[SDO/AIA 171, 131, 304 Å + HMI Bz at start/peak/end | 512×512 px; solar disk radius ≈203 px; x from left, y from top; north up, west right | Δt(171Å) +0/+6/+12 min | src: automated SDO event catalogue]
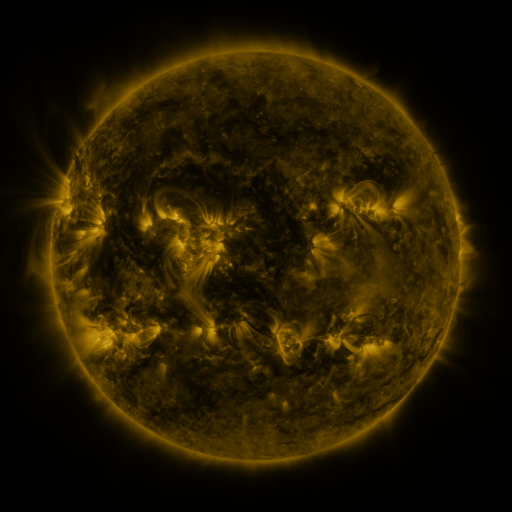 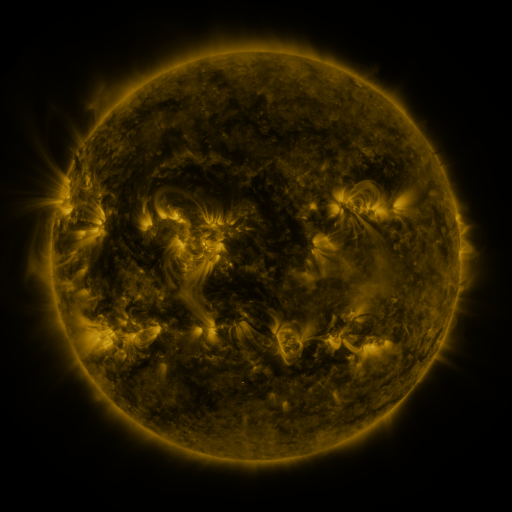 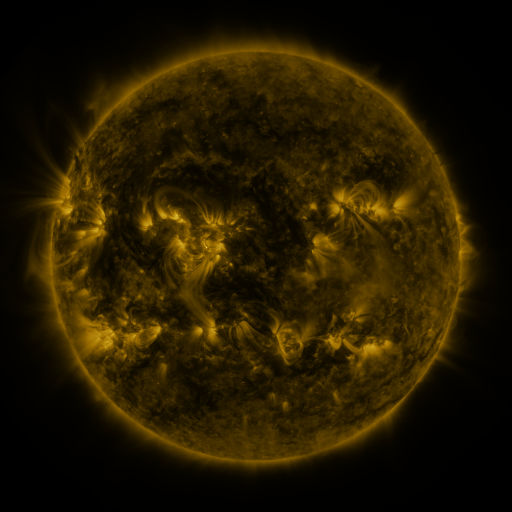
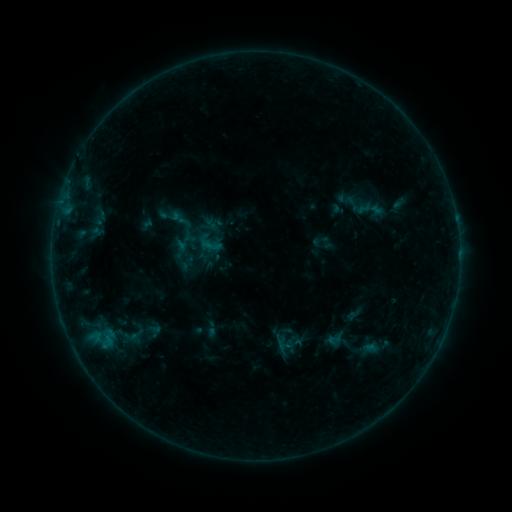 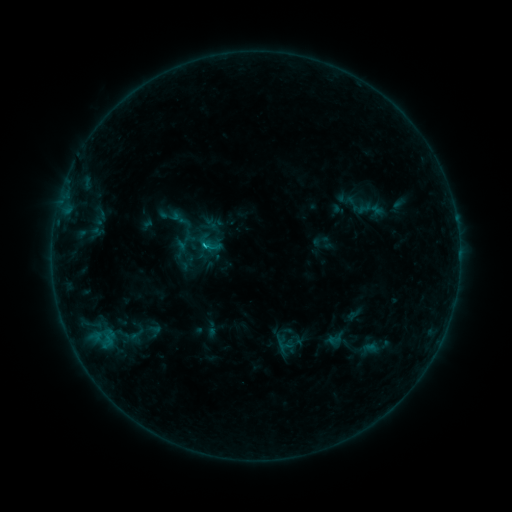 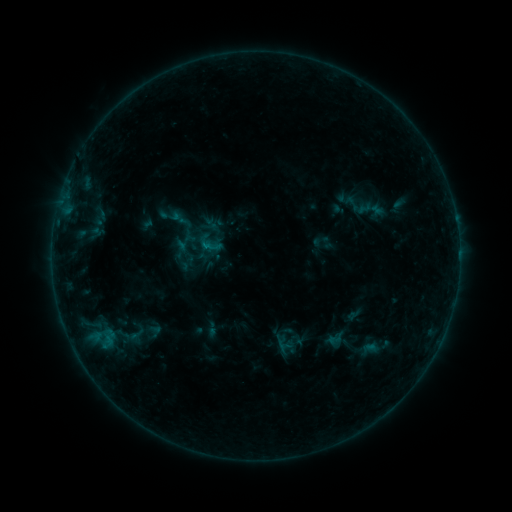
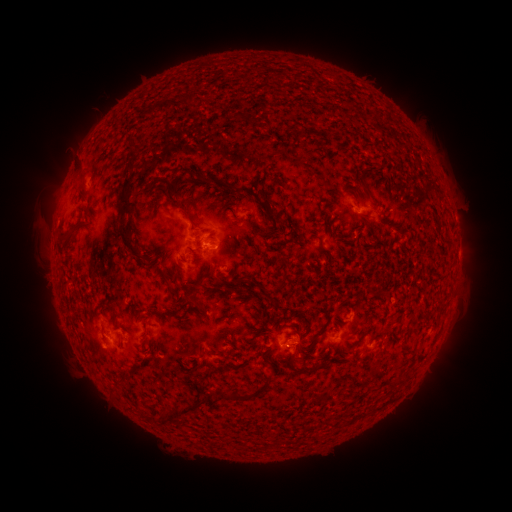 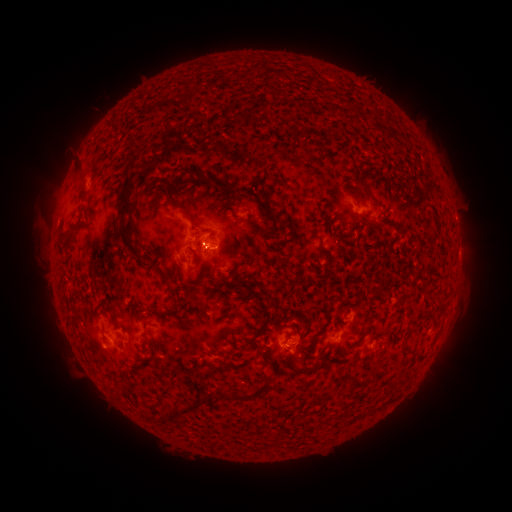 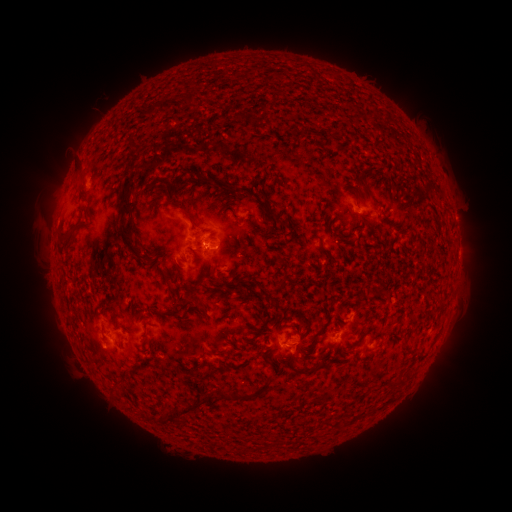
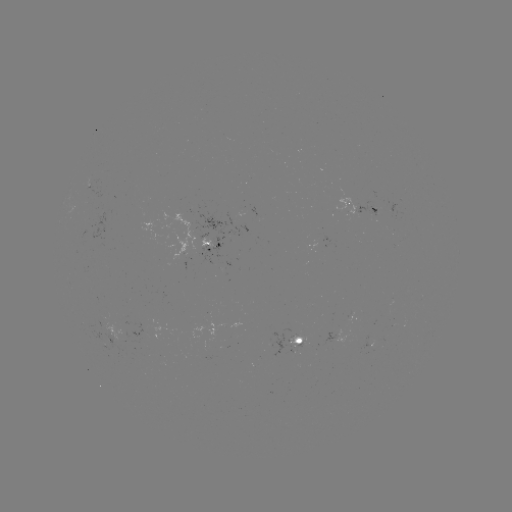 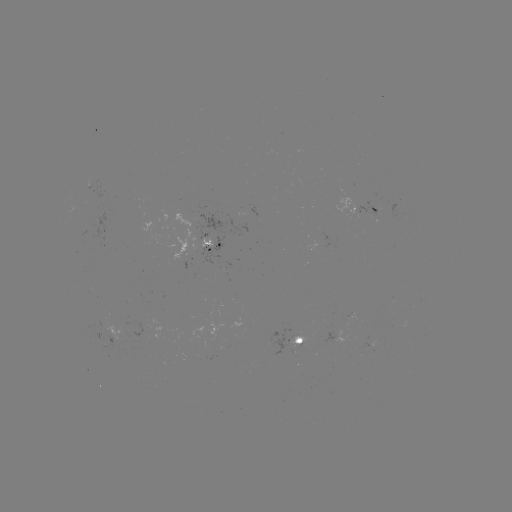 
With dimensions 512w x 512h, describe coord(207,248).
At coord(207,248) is B5.6 flare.